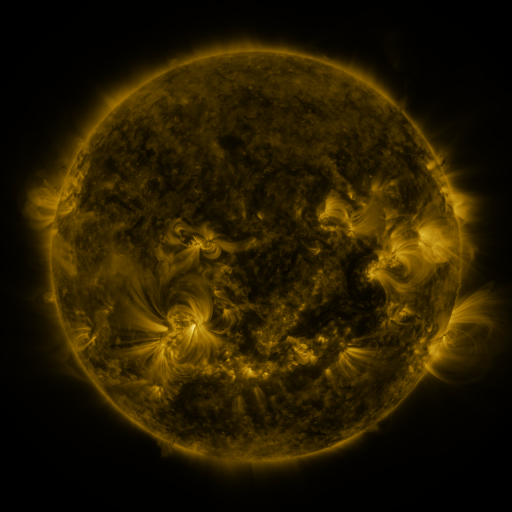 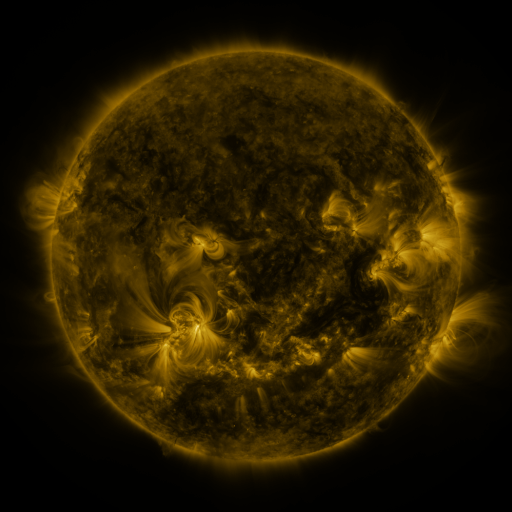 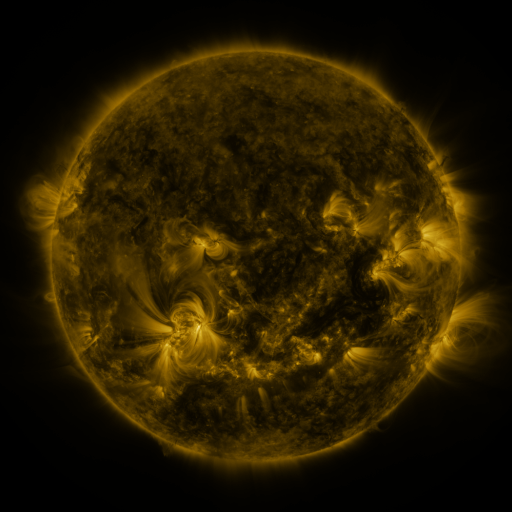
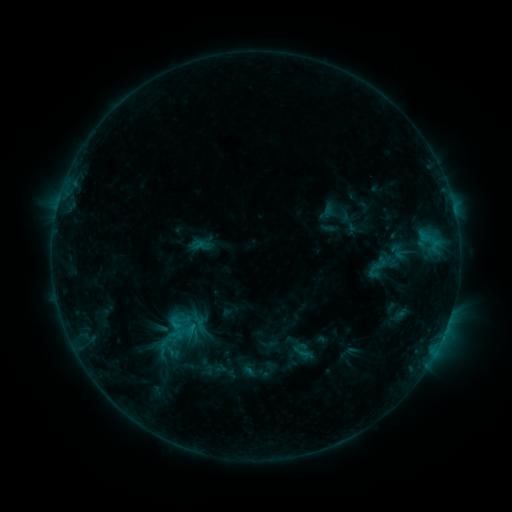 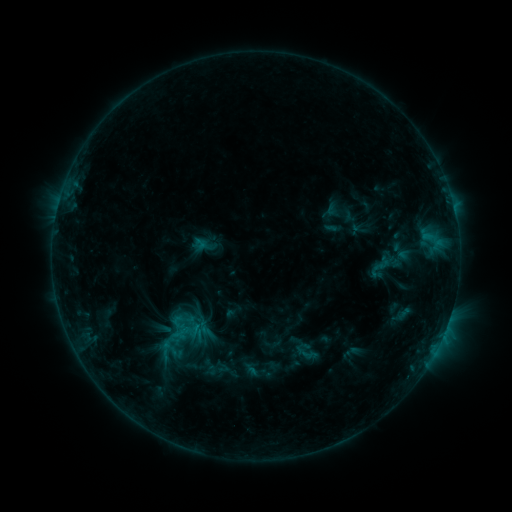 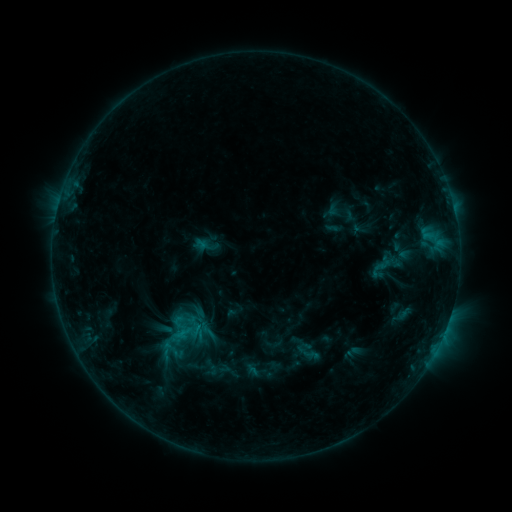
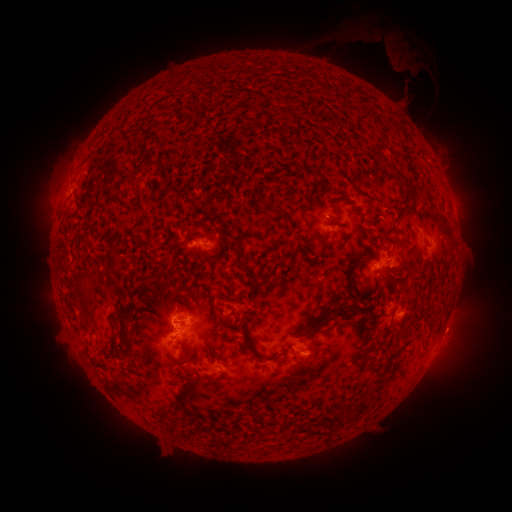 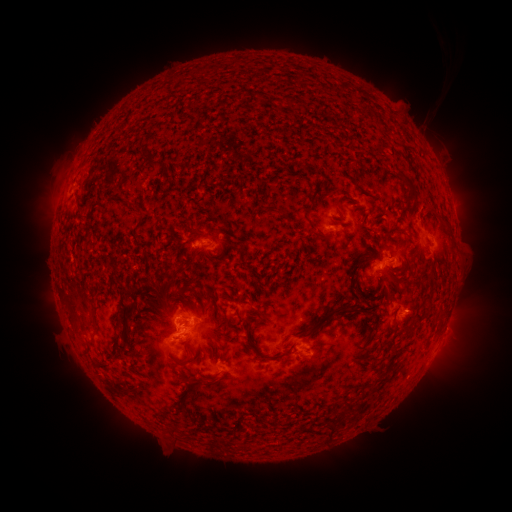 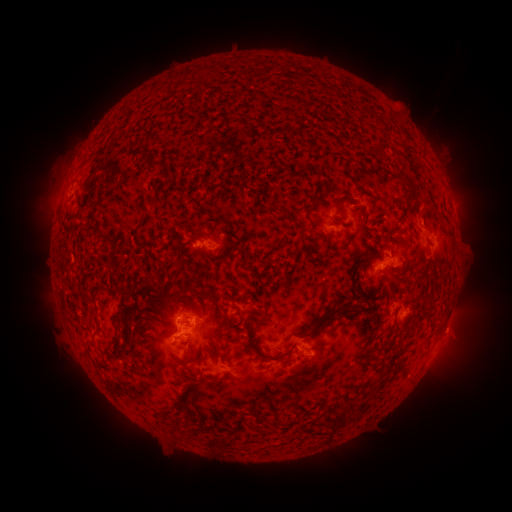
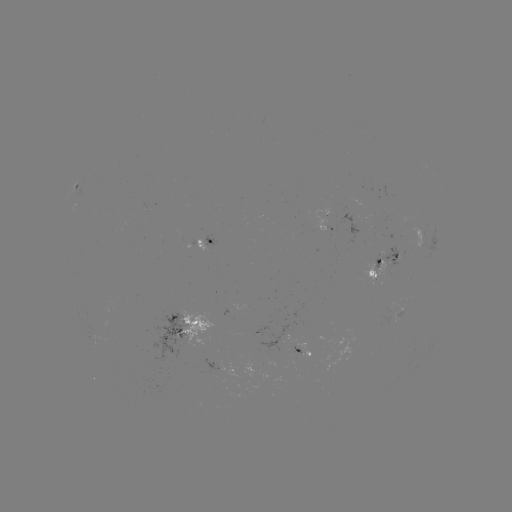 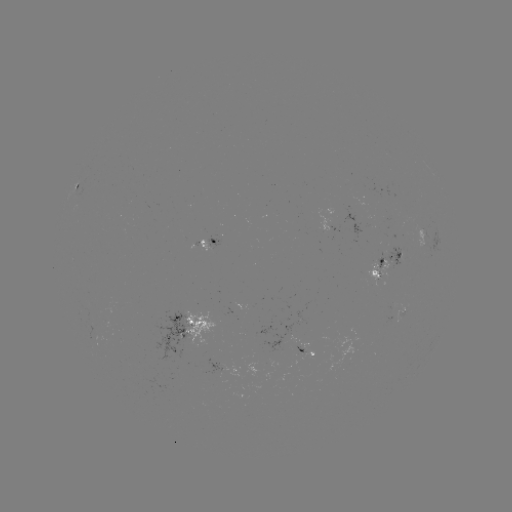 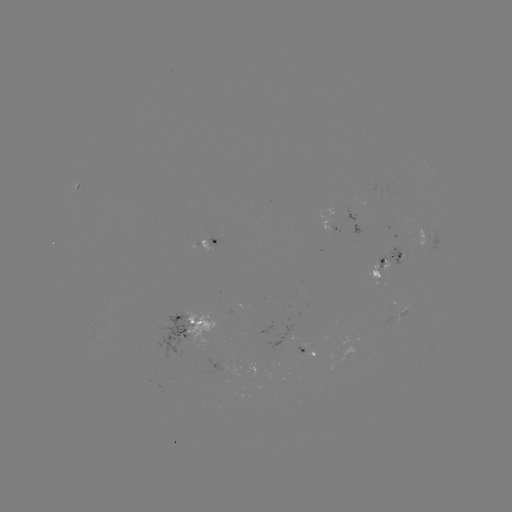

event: emerging-flux region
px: (386, 319)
